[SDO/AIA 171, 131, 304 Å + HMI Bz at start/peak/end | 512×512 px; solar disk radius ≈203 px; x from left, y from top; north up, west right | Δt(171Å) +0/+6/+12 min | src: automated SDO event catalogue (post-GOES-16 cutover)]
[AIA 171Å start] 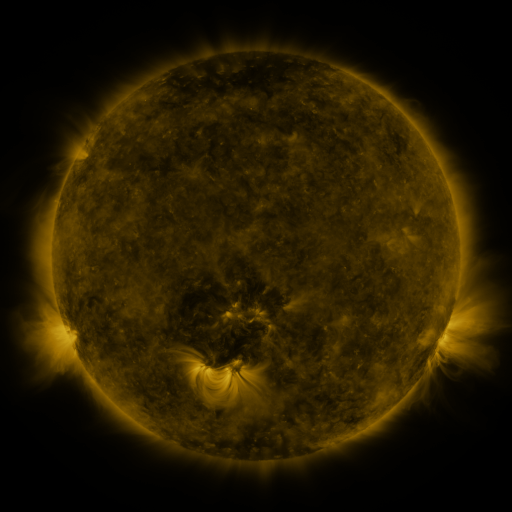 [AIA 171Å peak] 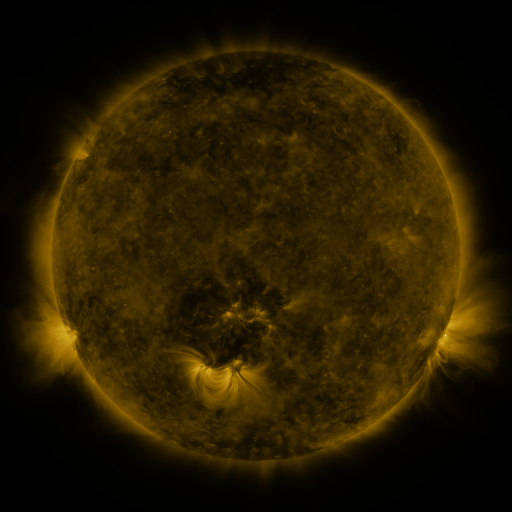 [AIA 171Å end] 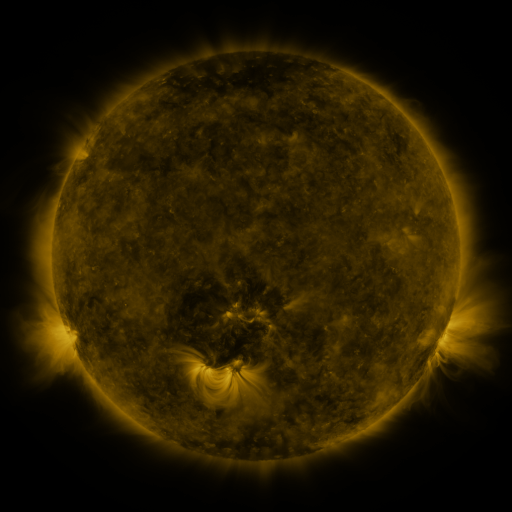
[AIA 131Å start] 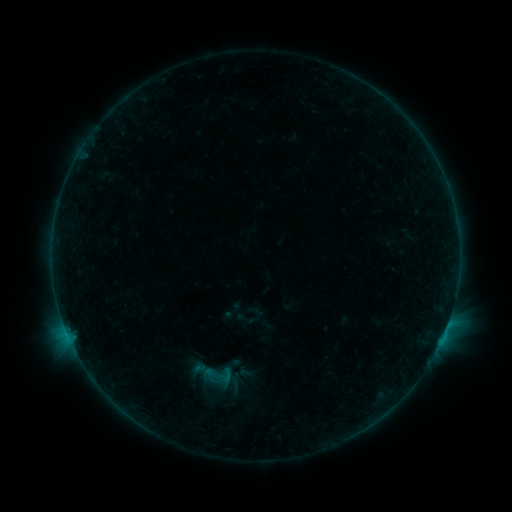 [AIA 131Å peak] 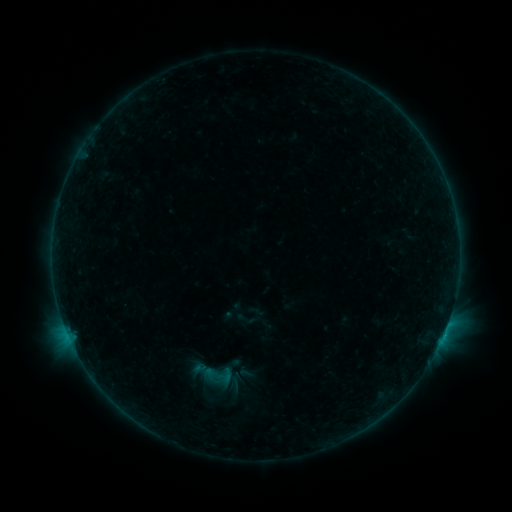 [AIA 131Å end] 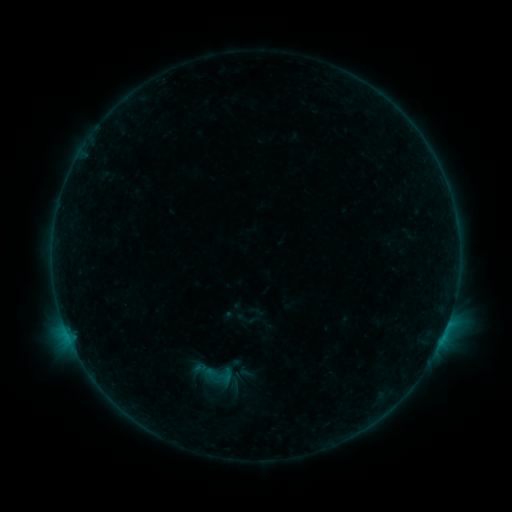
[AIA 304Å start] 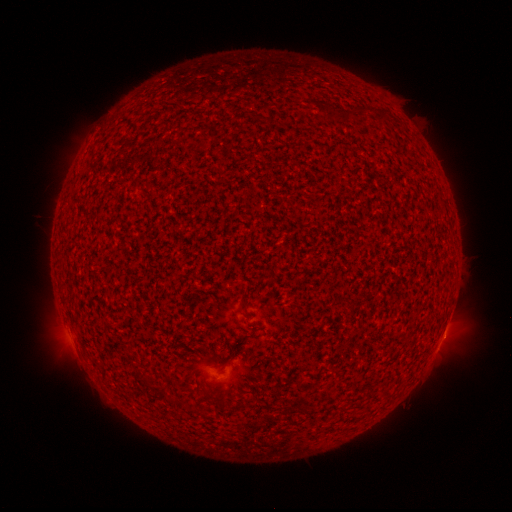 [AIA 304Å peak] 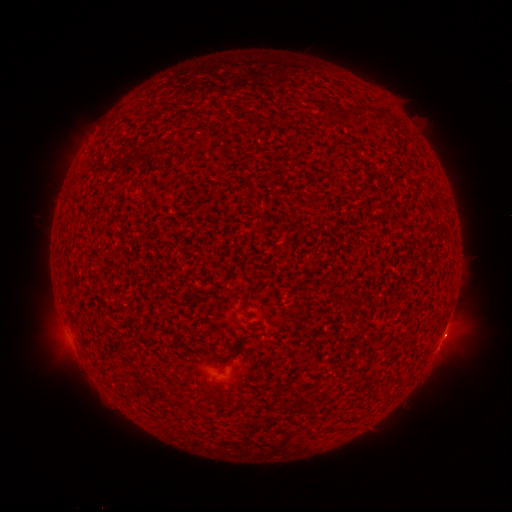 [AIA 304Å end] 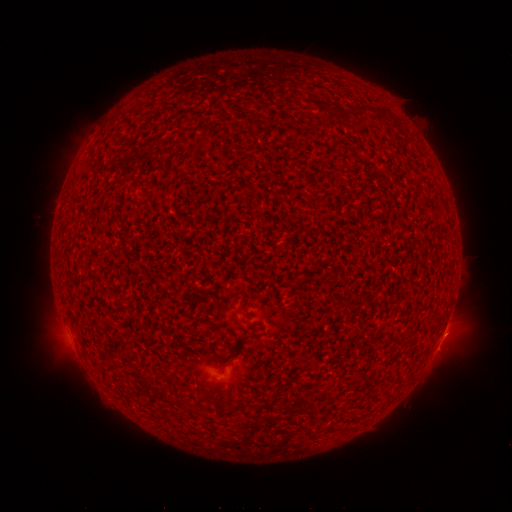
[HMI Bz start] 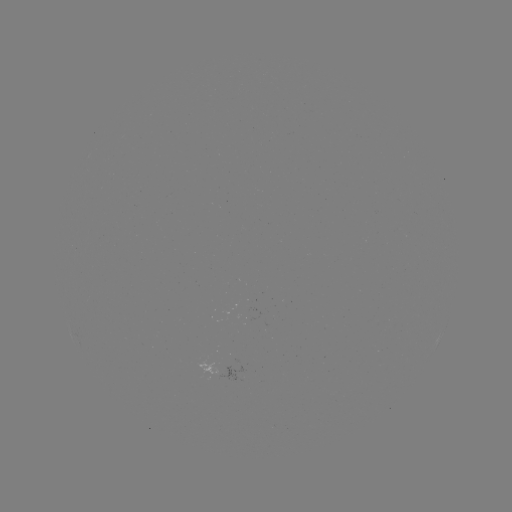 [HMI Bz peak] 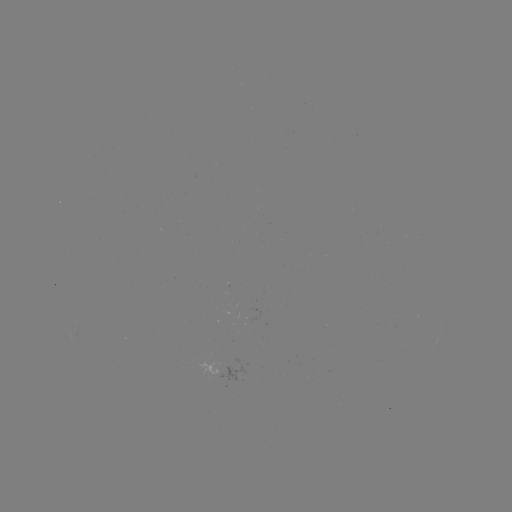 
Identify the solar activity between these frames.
B2.4 flare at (445, 329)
